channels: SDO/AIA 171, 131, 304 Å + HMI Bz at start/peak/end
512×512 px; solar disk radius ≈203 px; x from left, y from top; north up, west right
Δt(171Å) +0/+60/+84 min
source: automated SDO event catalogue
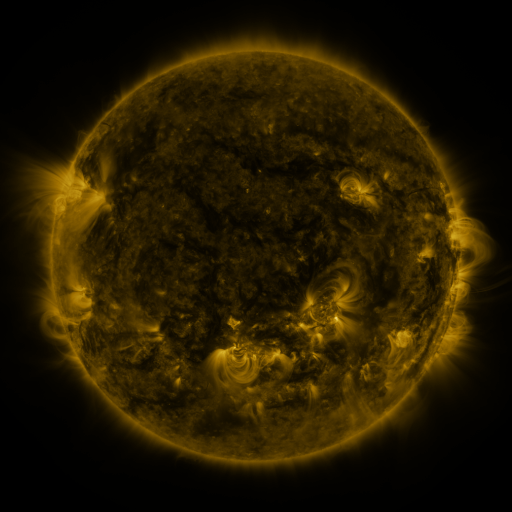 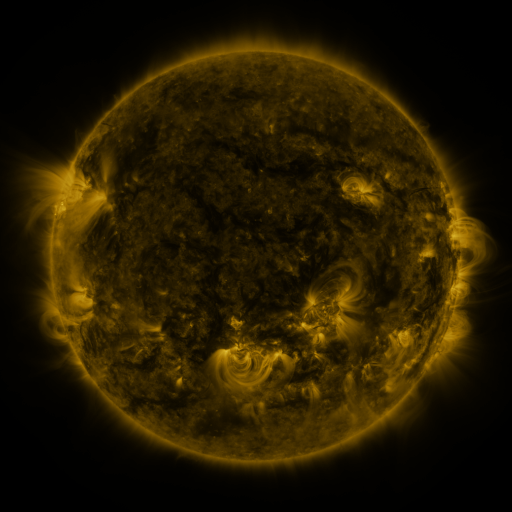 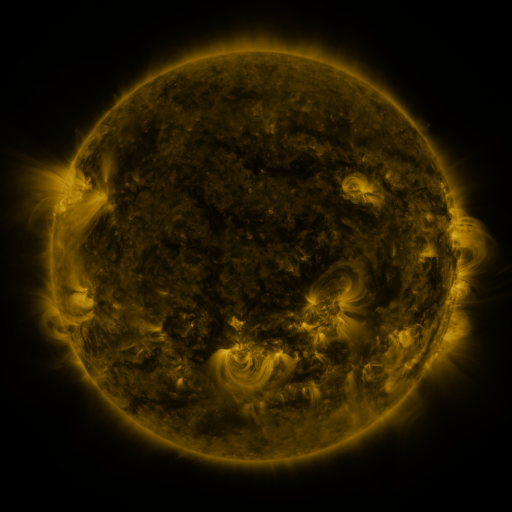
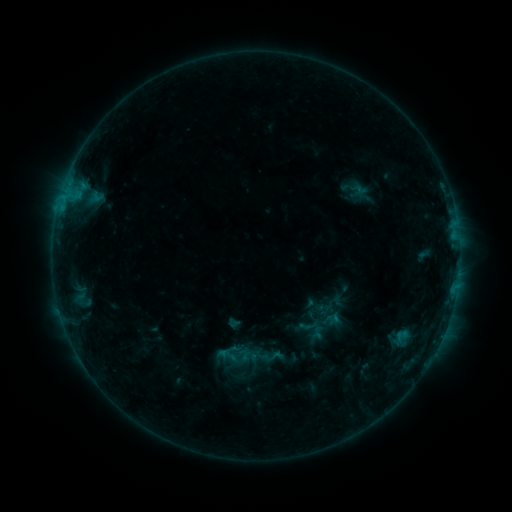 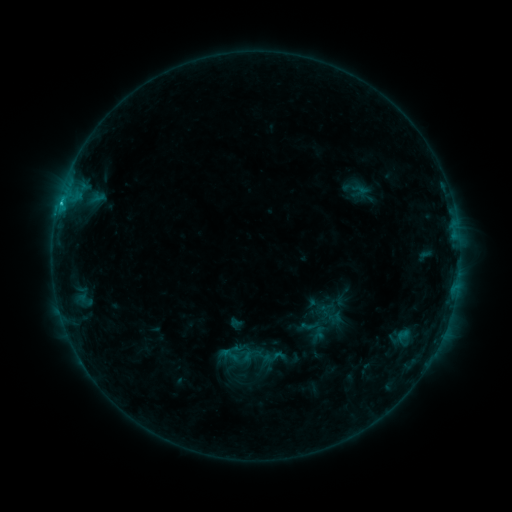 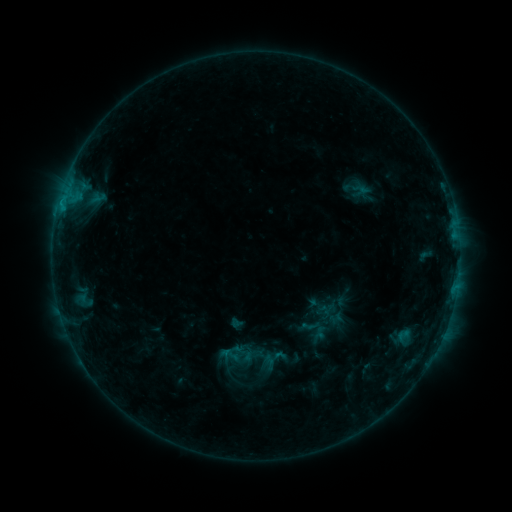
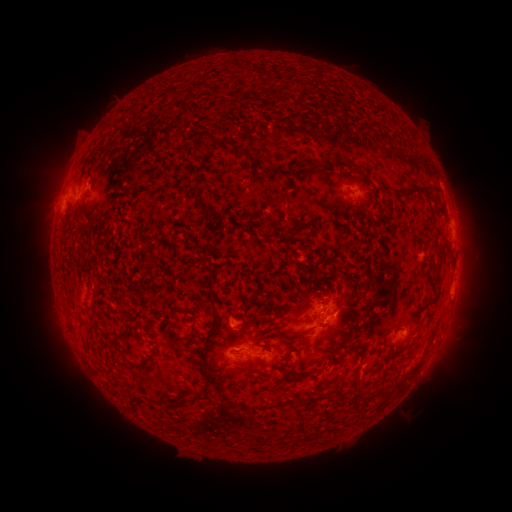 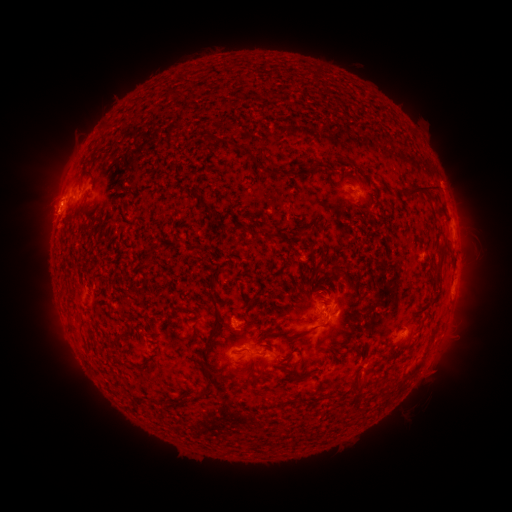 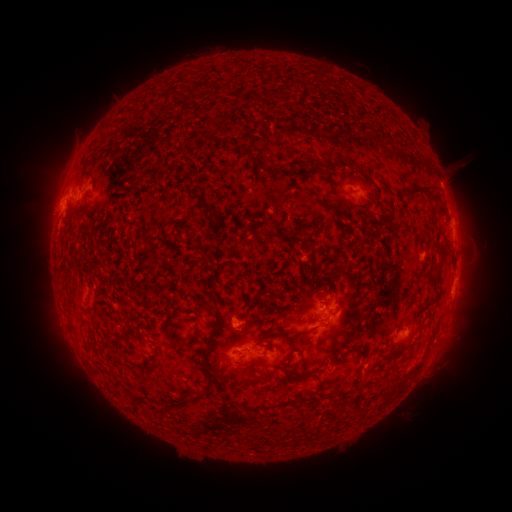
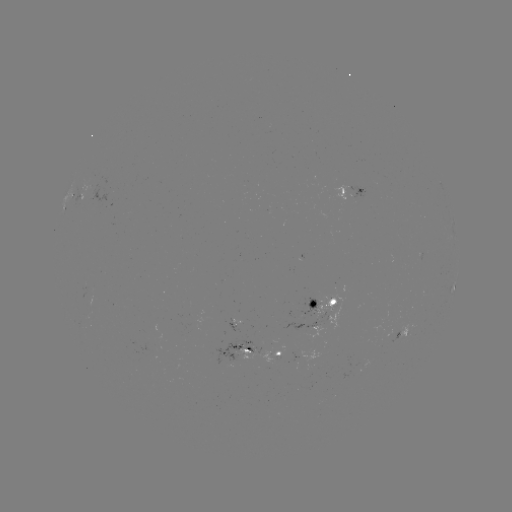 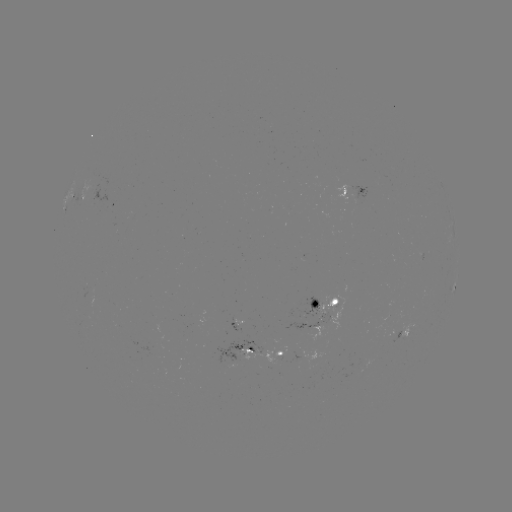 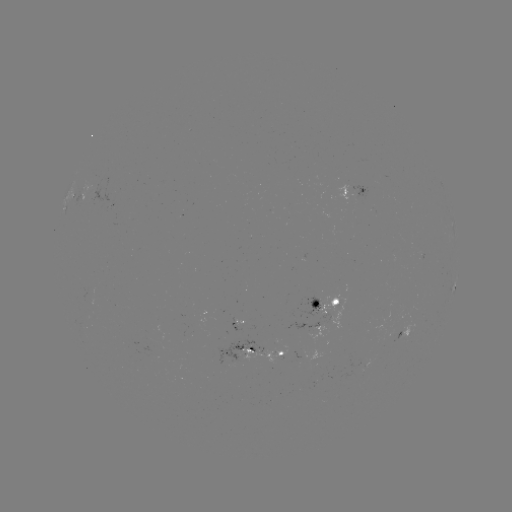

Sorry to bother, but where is emerging-flux region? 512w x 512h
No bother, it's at [276, 353].